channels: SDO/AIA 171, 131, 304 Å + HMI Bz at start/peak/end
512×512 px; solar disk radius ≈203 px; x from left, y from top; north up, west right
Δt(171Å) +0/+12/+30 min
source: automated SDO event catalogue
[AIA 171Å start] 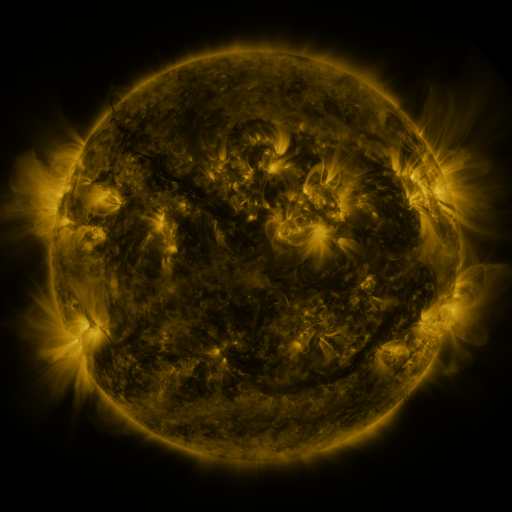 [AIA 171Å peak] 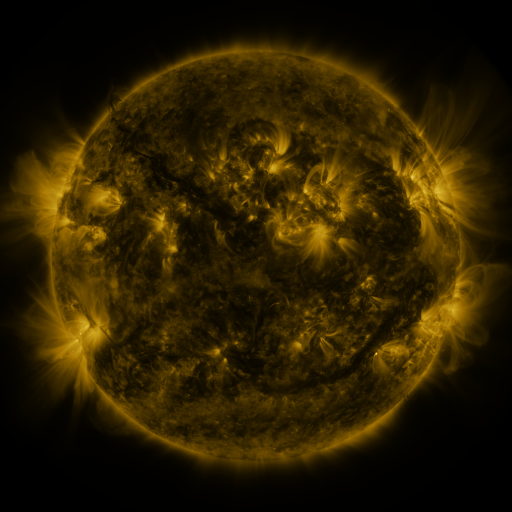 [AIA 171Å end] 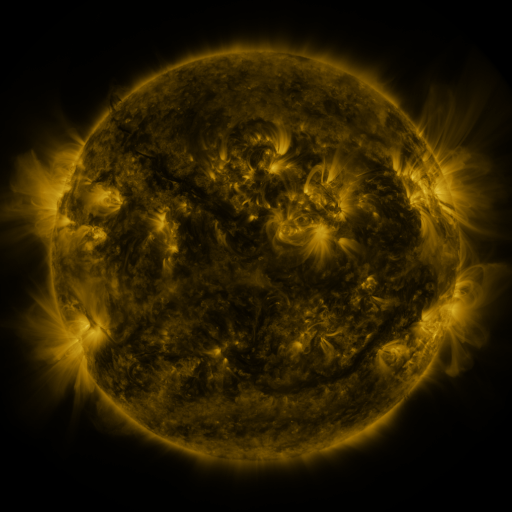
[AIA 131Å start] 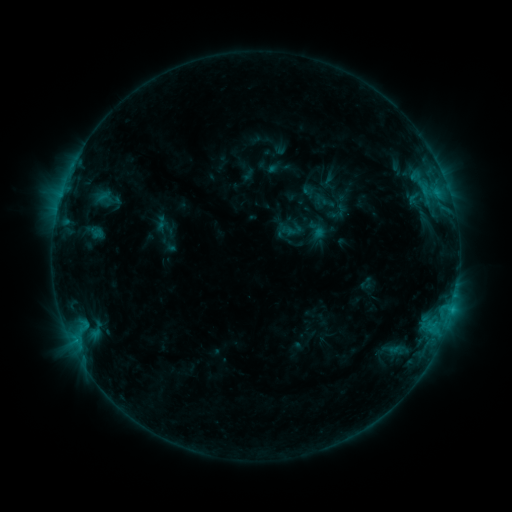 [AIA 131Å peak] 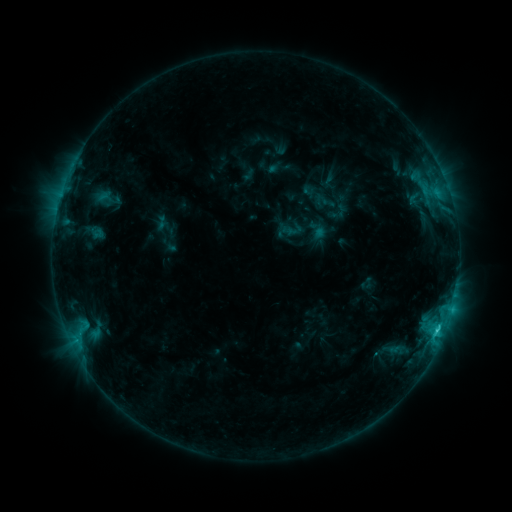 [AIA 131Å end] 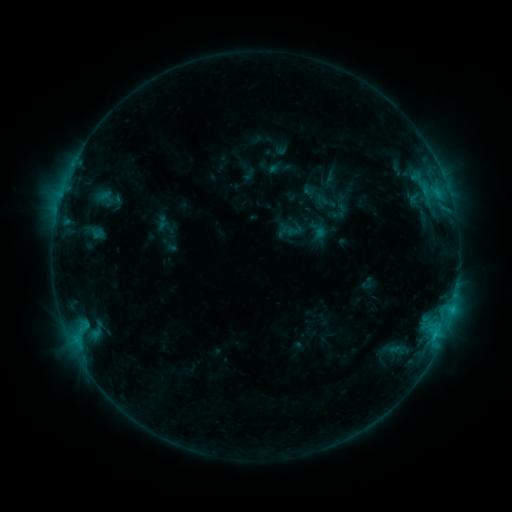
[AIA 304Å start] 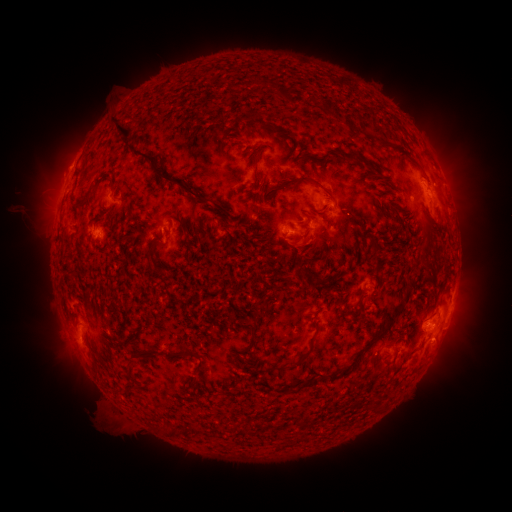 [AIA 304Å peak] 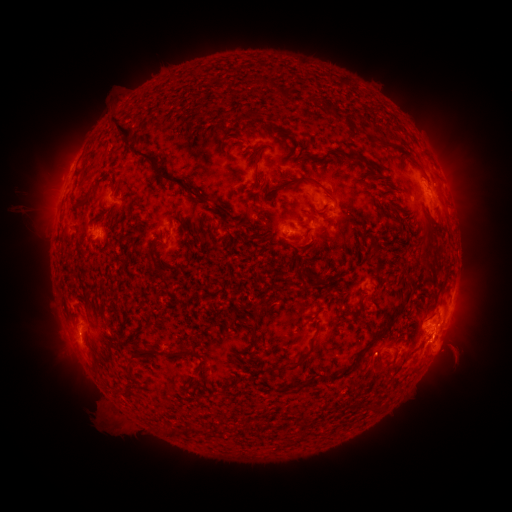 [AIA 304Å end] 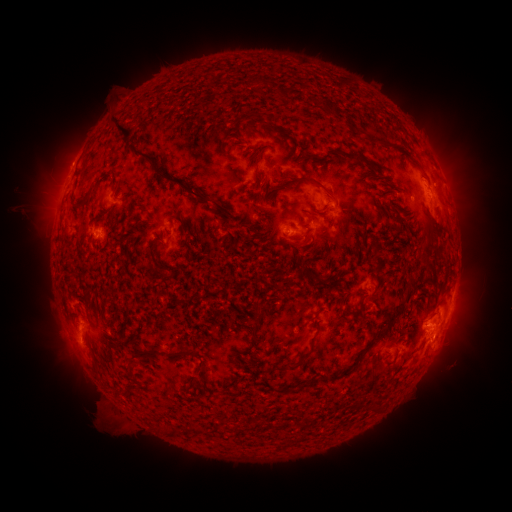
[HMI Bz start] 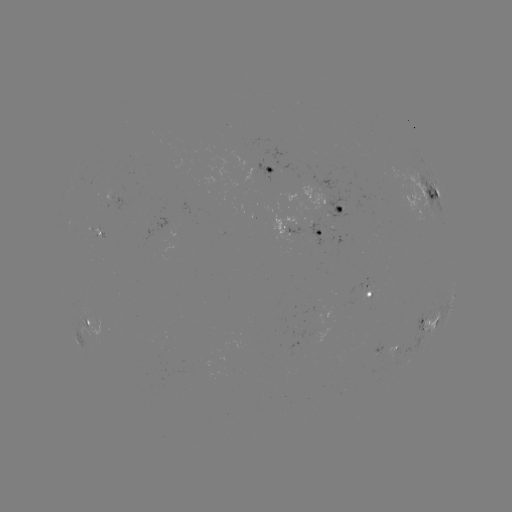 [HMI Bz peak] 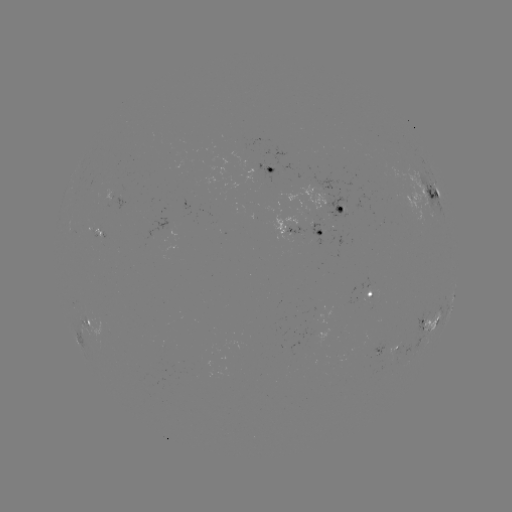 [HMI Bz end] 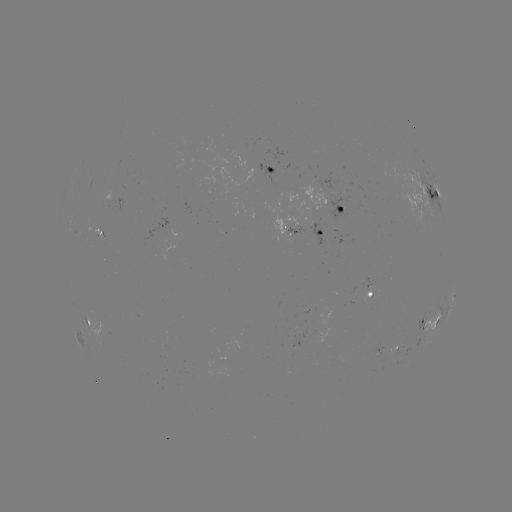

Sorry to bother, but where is eruption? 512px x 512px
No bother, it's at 455,351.